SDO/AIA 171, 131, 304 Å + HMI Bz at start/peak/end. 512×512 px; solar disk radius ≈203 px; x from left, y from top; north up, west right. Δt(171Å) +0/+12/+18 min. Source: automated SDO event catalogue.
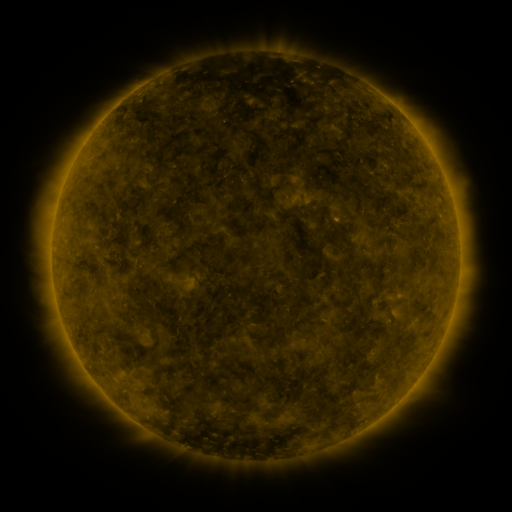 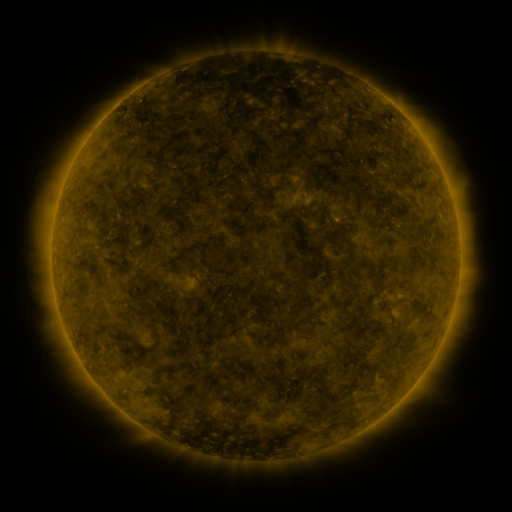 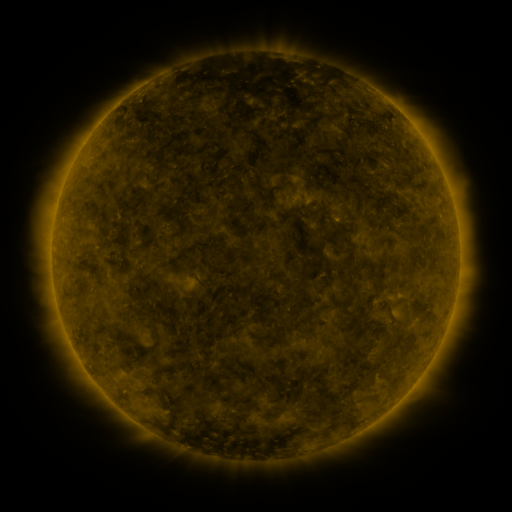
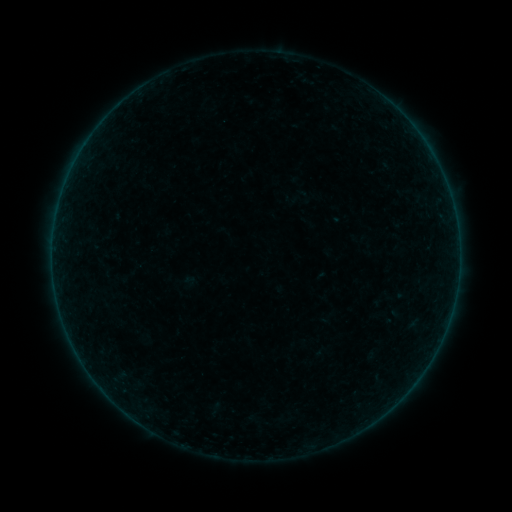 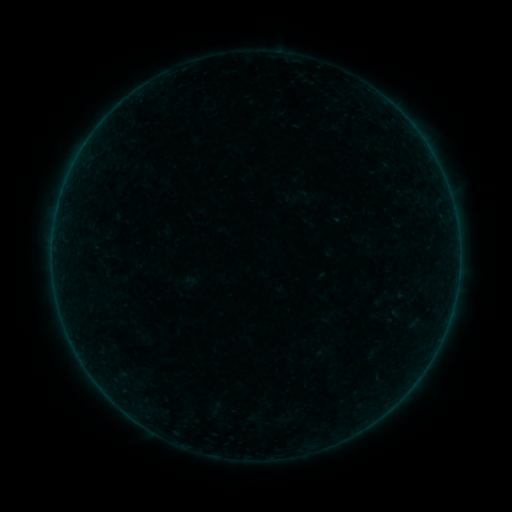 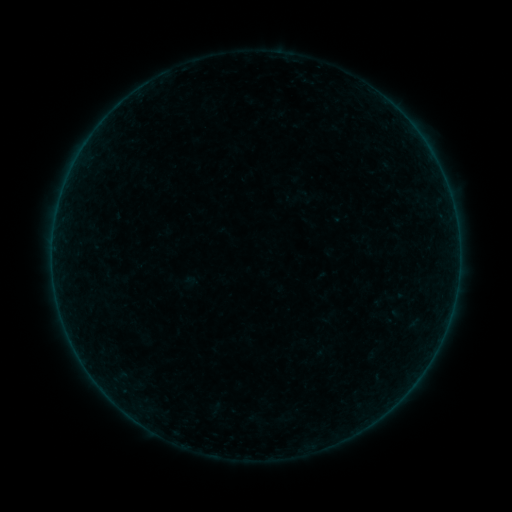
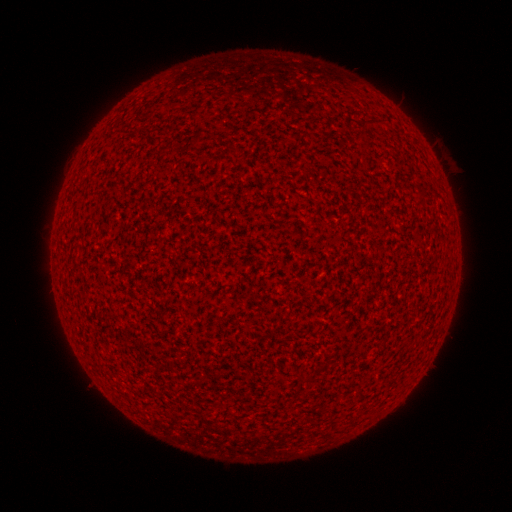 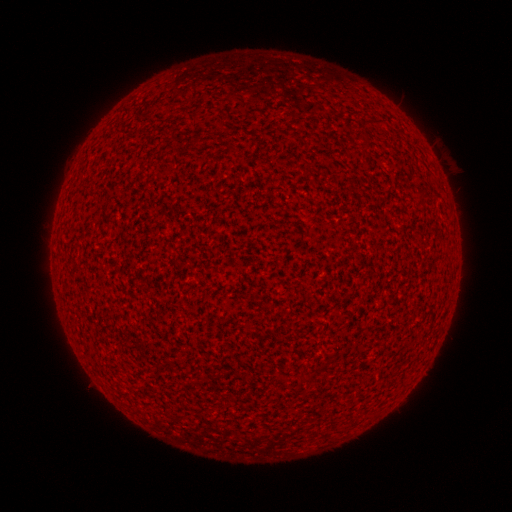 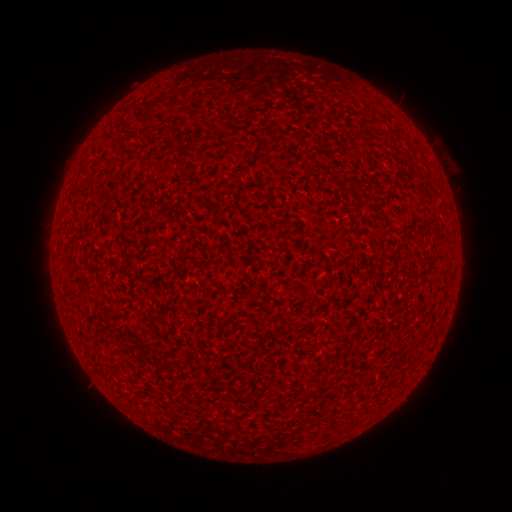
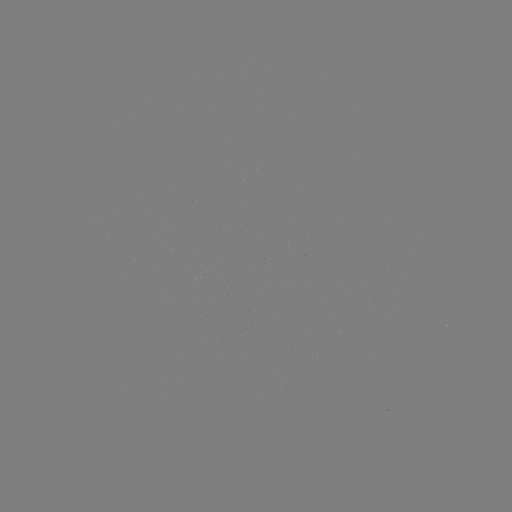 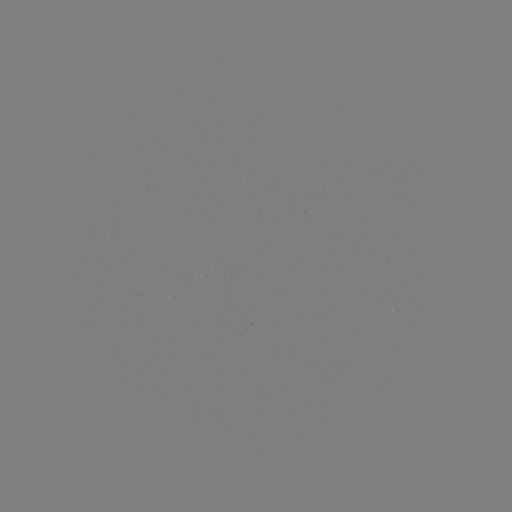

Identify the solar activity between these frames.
no flare in any classed list; no EUV-trigger detection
